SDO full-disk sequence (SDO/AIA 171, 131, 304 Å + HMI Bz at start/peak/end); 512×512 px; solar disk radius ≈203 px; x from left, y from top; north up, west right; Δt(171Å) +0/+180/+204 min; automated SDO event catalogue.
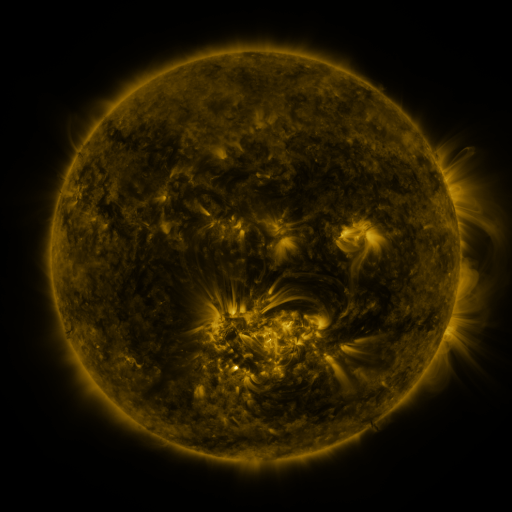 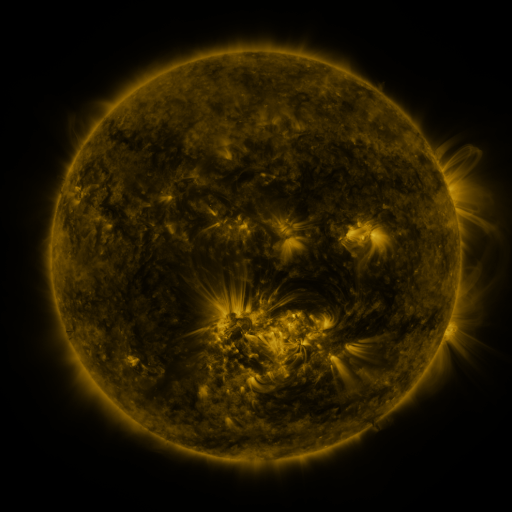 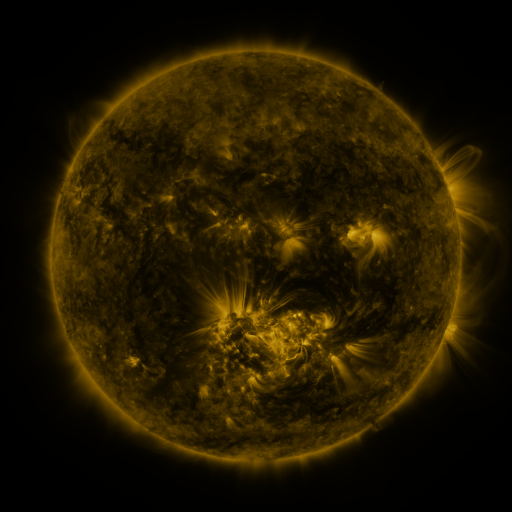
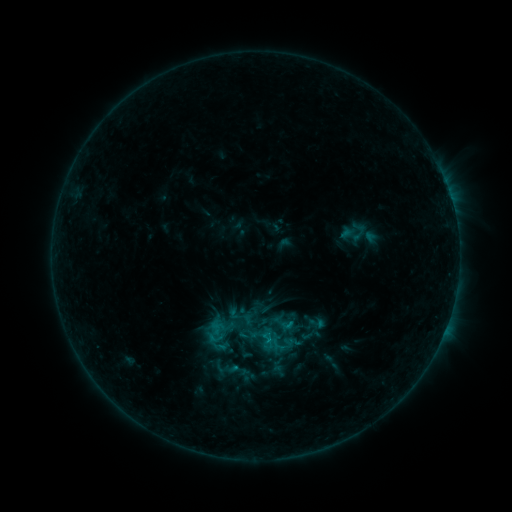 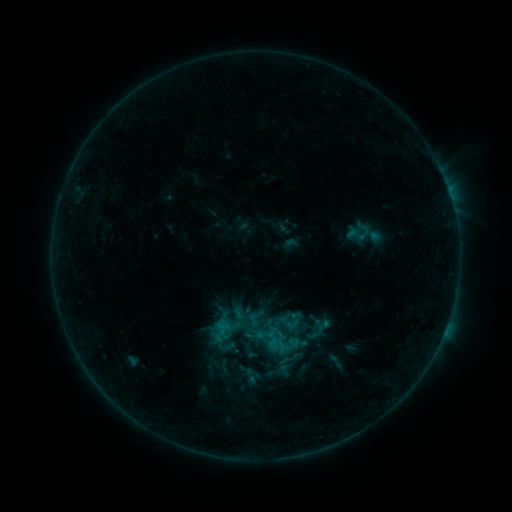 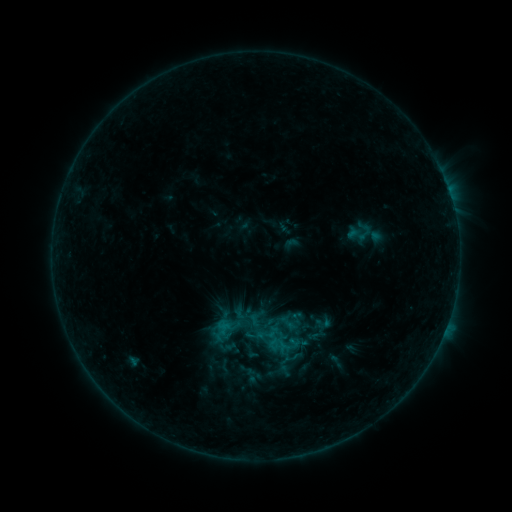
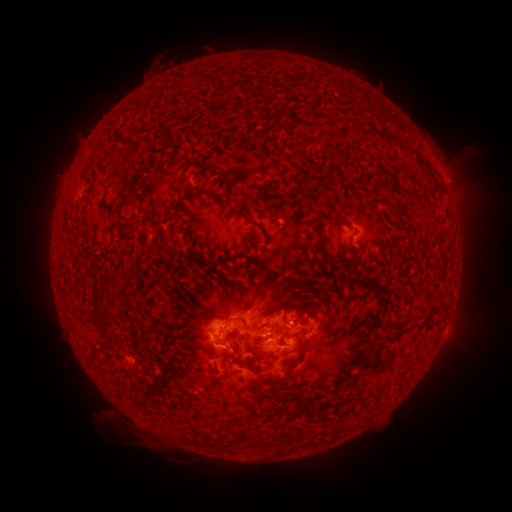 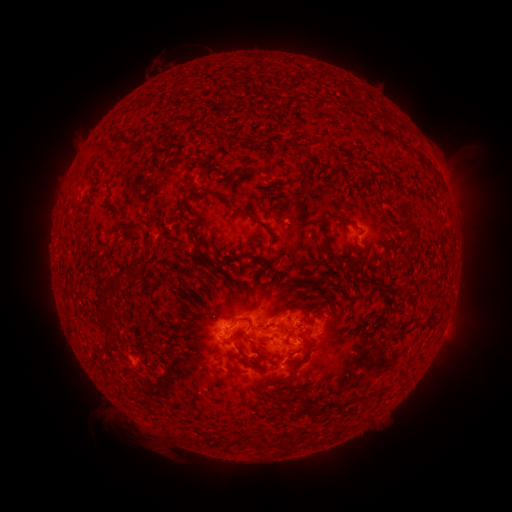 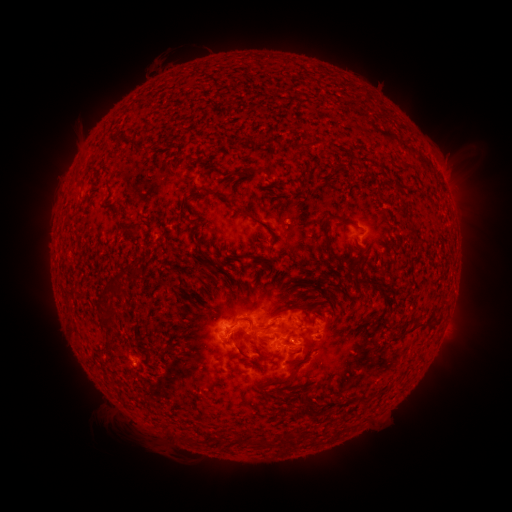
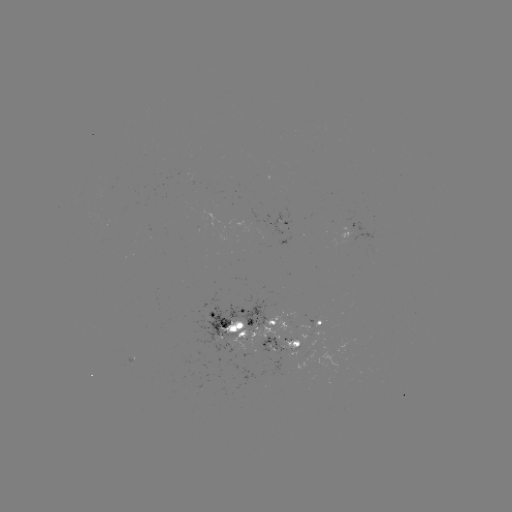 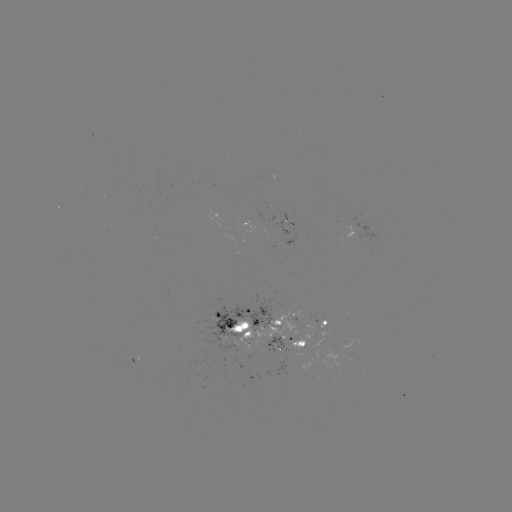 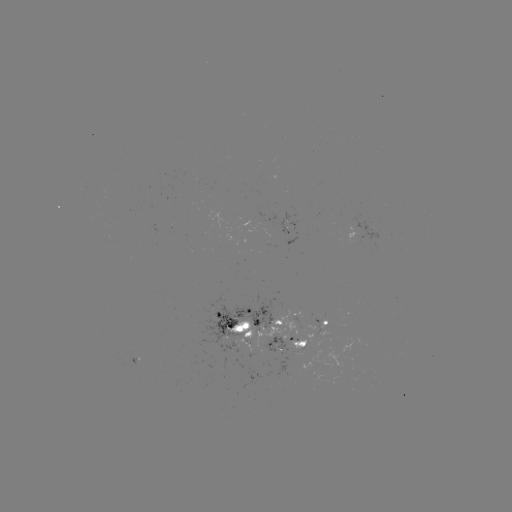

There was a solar emerging-flux region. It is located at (302, 344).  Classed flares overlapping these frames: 1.